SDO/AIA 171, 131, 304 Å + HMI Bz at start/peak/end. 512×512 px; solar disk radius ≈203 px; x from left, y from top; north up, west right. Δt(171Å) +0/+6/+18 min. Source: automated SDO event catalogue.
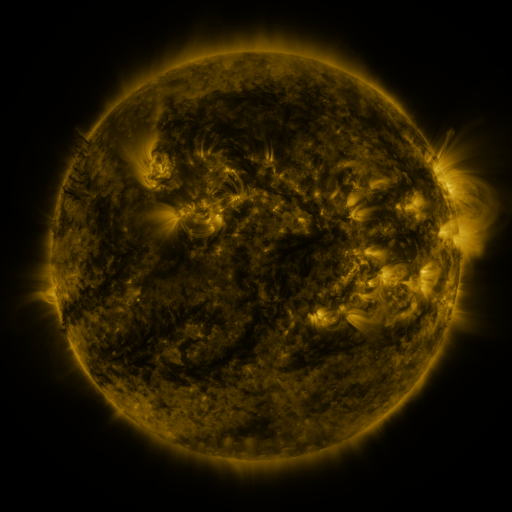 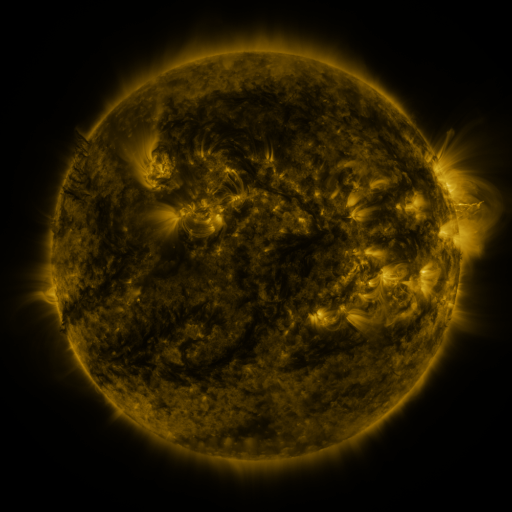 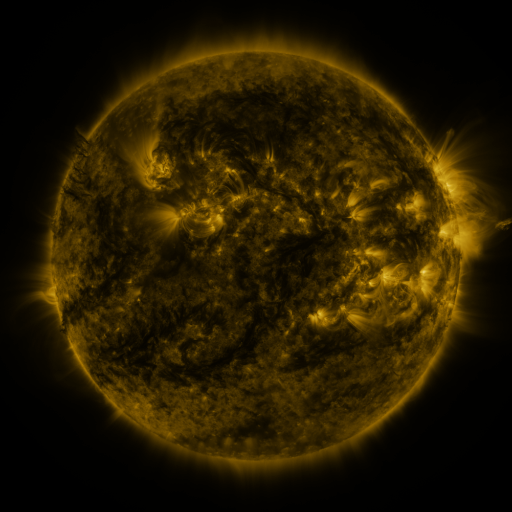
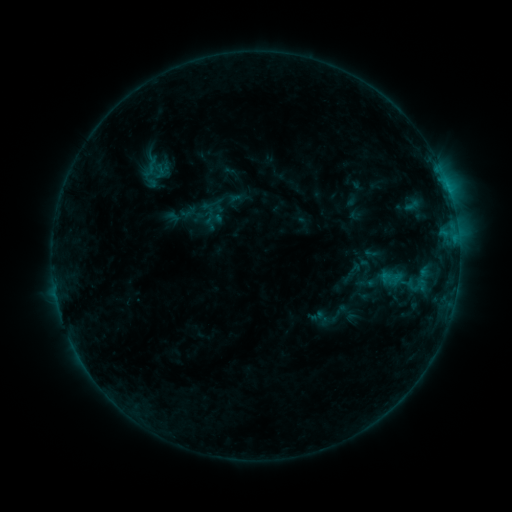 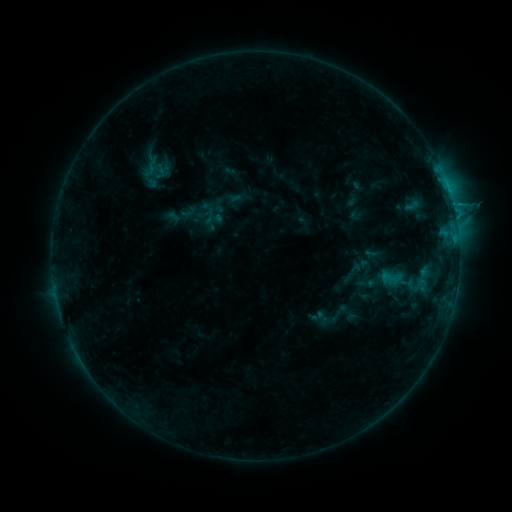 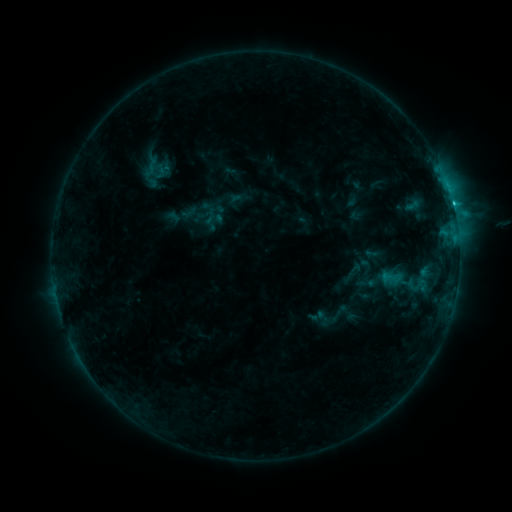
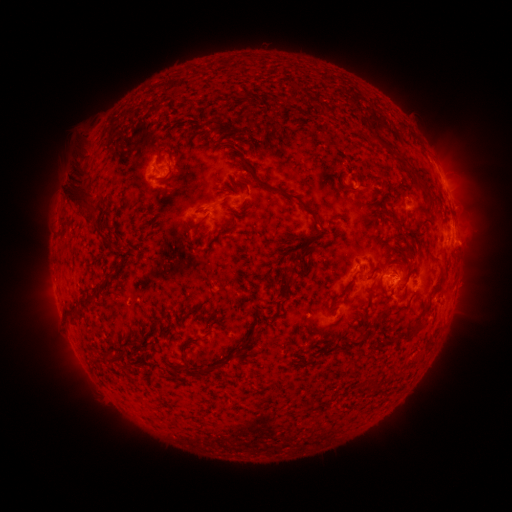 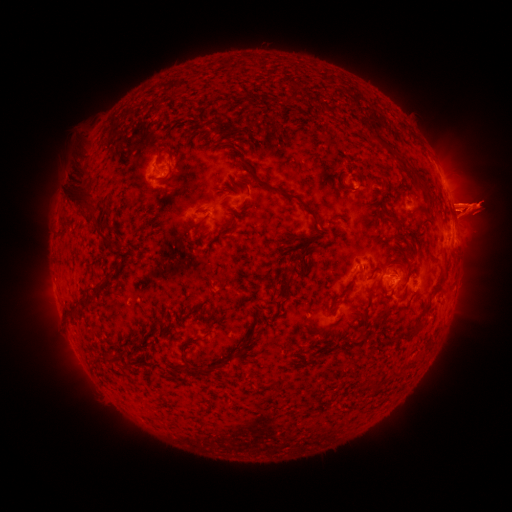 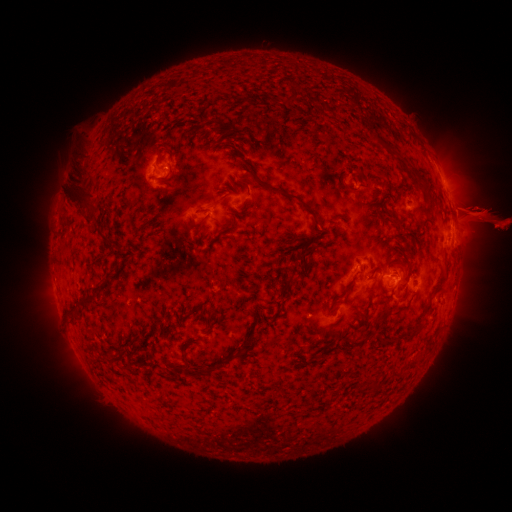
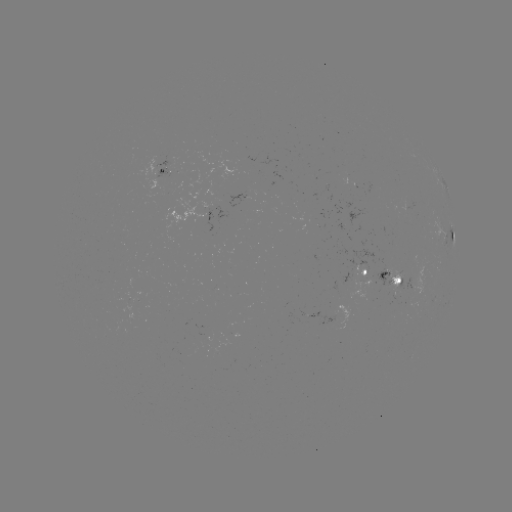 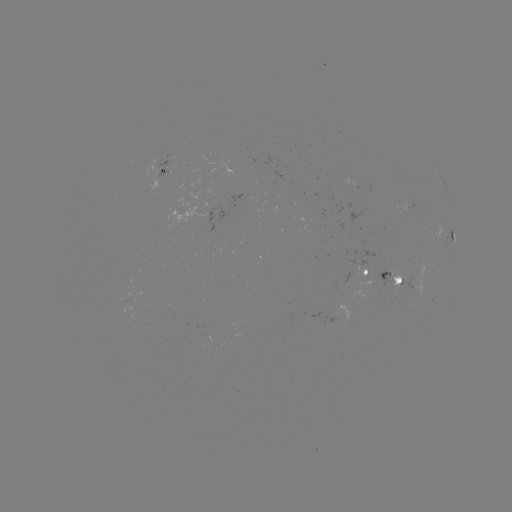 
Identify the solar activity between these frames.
eruption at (39, 210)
